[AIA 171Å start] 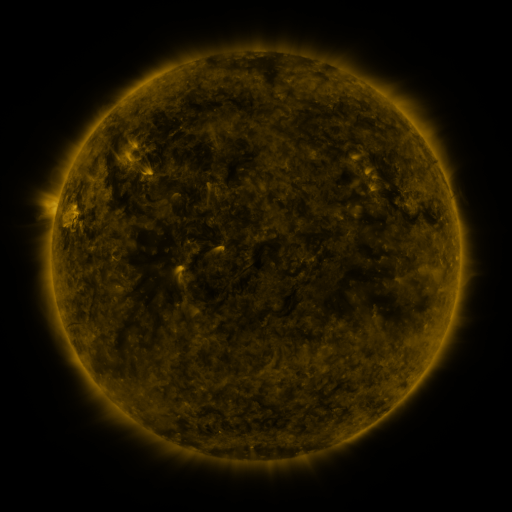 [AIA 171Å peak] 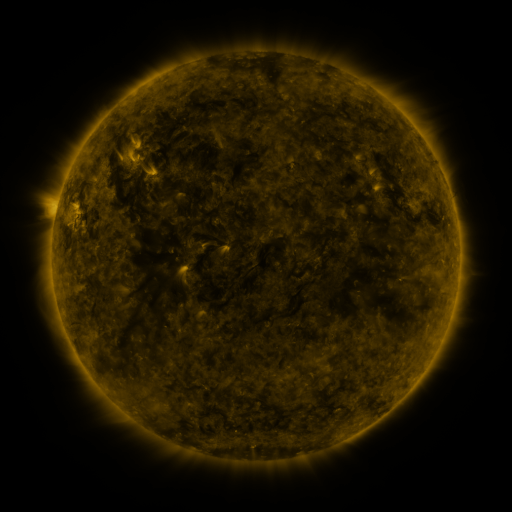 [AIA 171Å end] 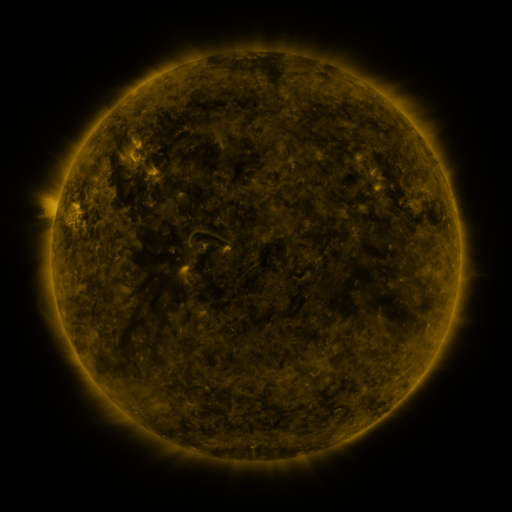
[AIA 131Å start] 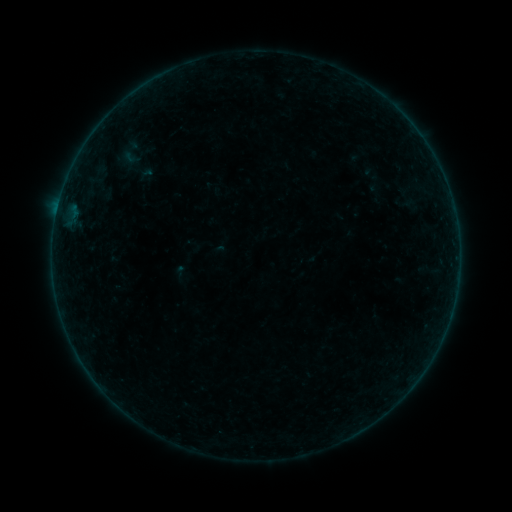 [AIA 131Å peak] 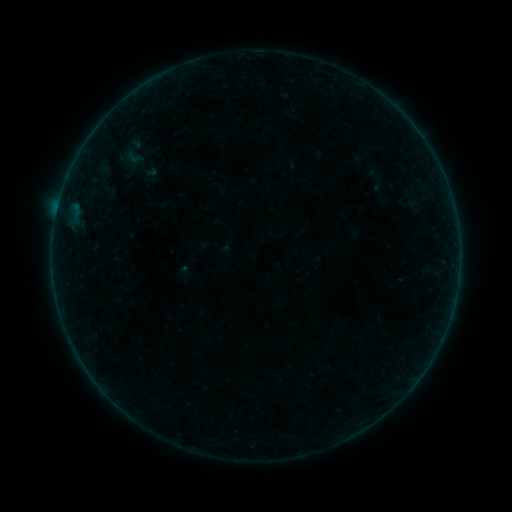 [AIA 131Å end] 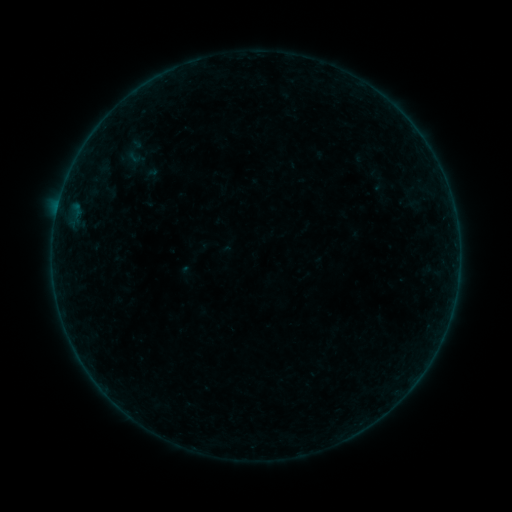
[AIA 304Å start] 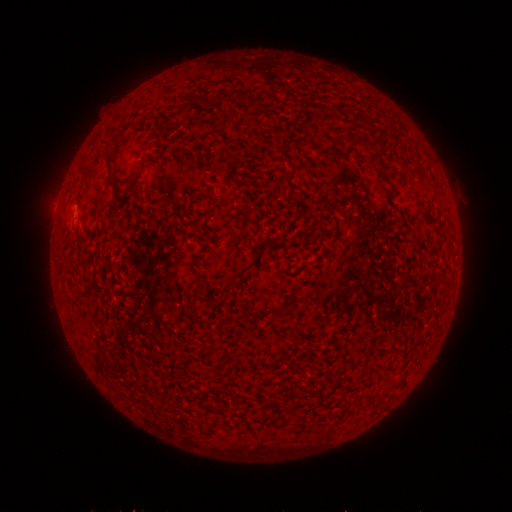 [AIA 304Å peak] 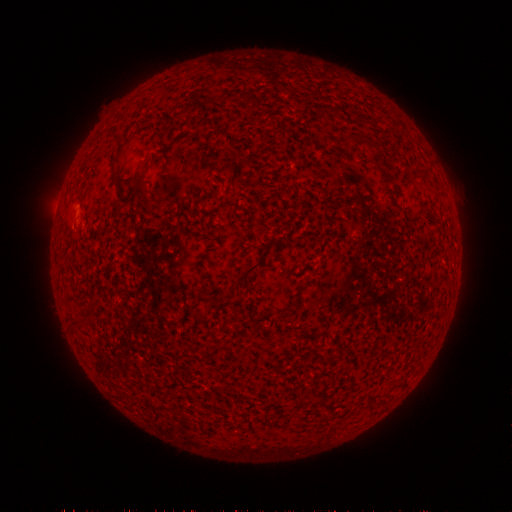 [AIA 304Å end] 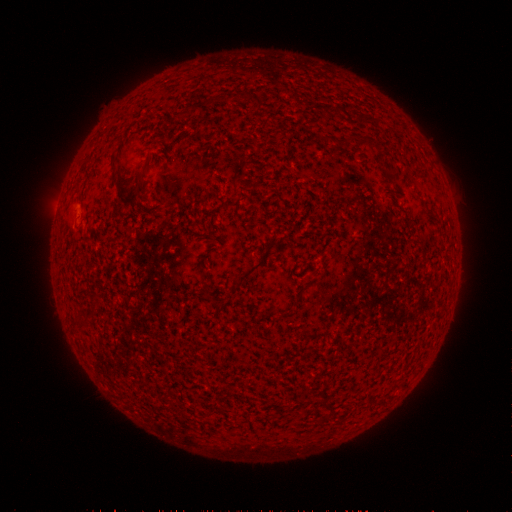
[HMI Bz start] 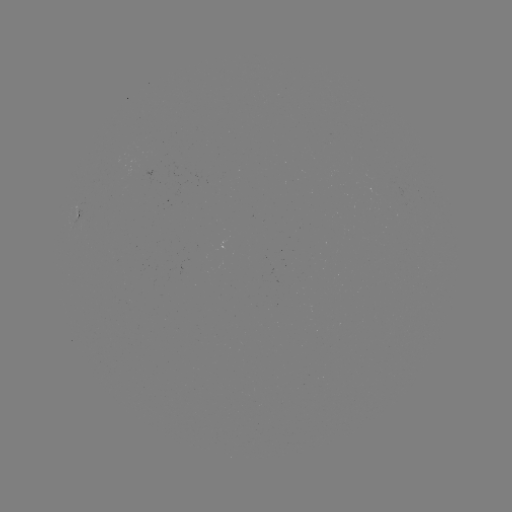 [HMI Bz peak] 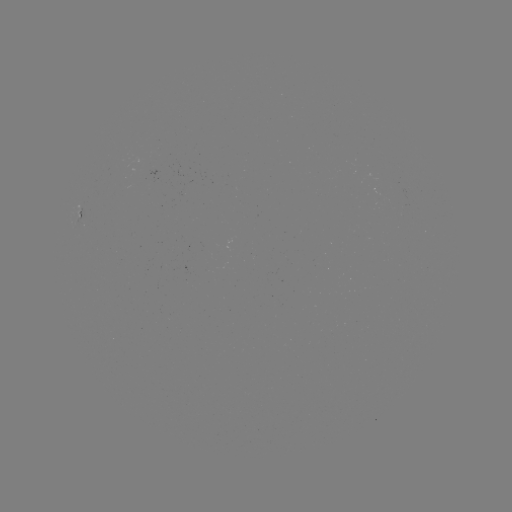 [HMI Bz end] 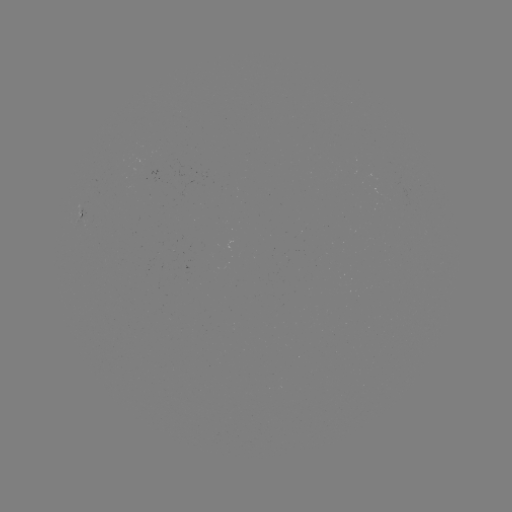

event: emerging-flux region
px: (406, 190)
